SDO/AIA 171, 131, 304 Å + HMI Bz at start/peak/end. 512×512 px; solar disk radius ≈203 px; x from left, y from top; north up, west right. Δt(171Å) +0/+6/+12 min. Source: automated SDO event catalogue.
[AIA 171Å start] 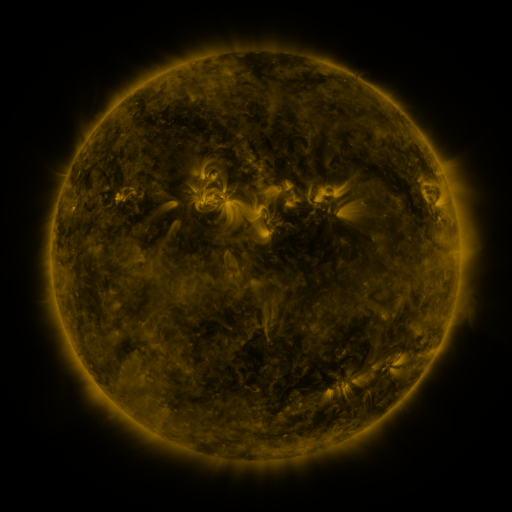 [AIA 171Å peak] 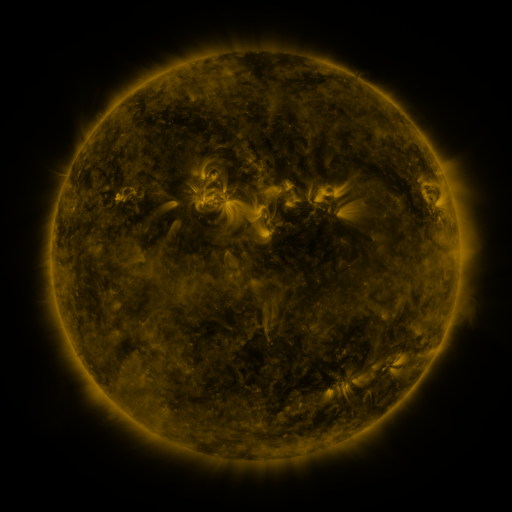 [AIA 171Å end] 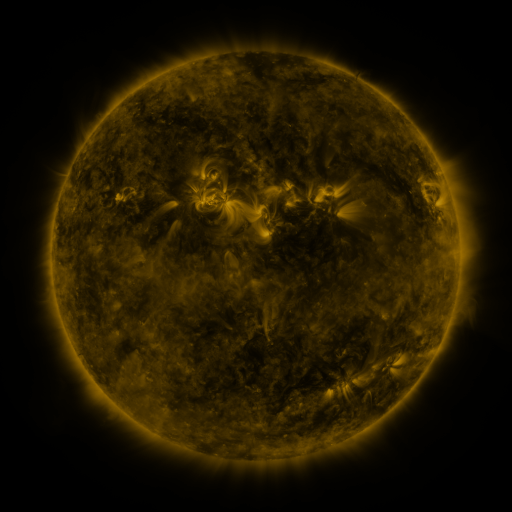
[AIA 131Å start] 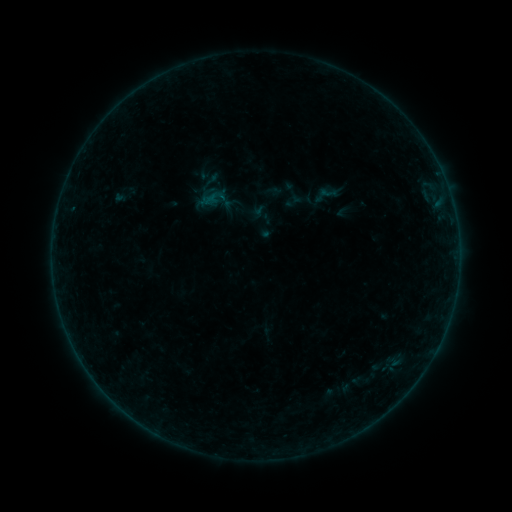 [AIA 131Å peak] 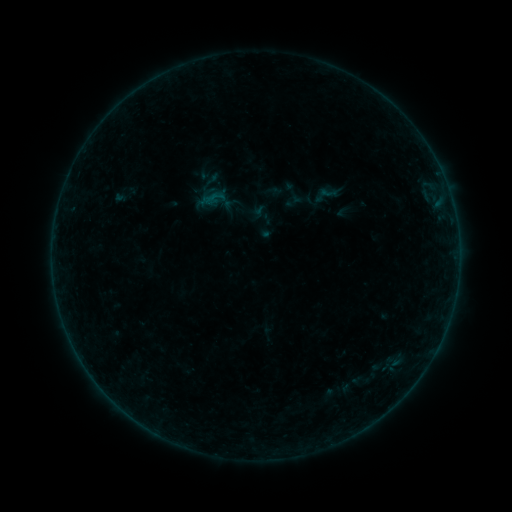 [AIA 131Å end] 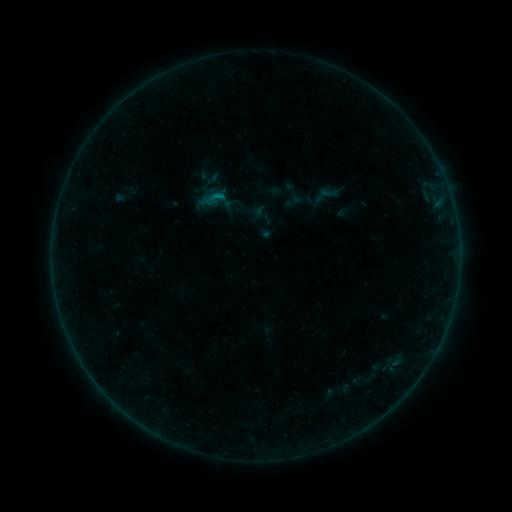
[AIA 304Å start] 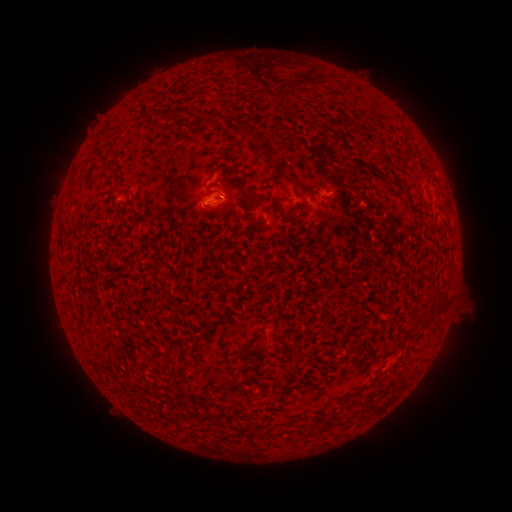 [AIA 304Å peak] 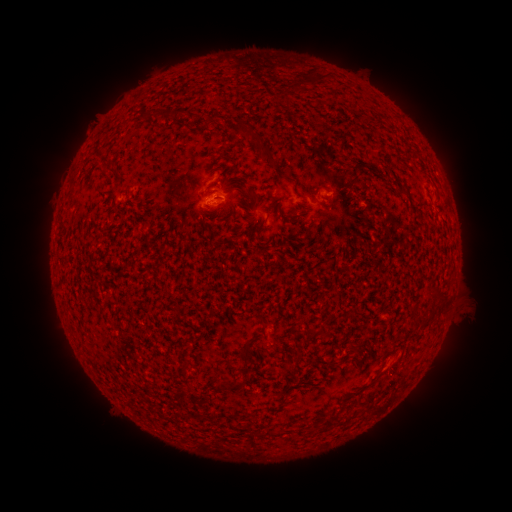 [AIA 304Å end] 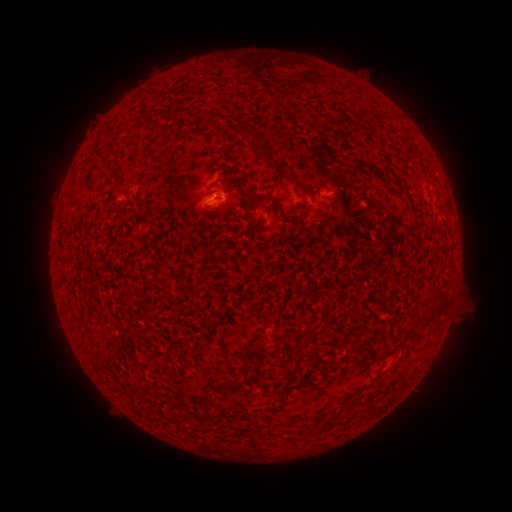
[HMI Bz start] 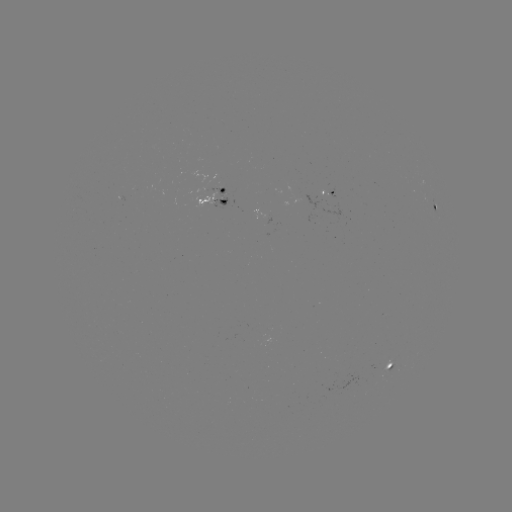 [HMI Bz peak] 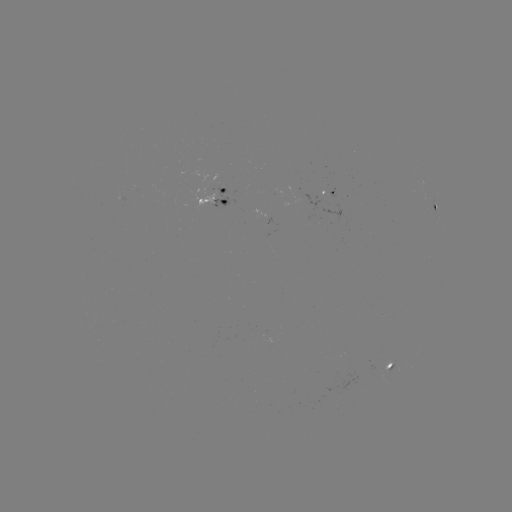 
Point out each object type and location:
B3.0 flare: (216, 196)
